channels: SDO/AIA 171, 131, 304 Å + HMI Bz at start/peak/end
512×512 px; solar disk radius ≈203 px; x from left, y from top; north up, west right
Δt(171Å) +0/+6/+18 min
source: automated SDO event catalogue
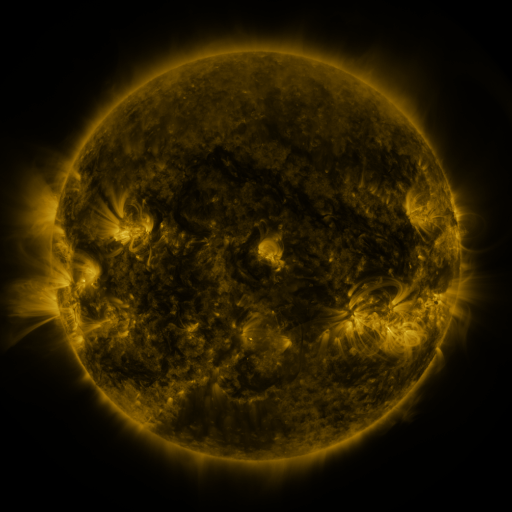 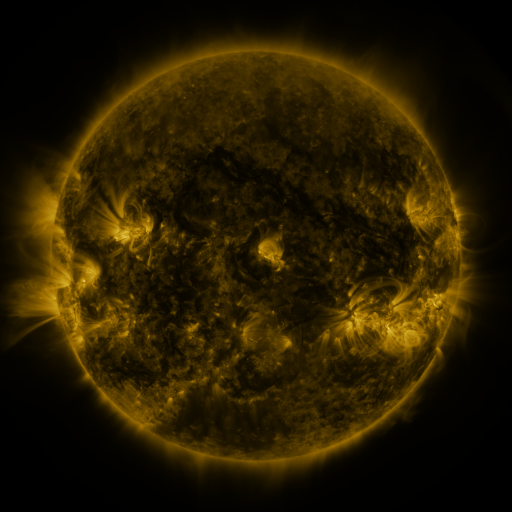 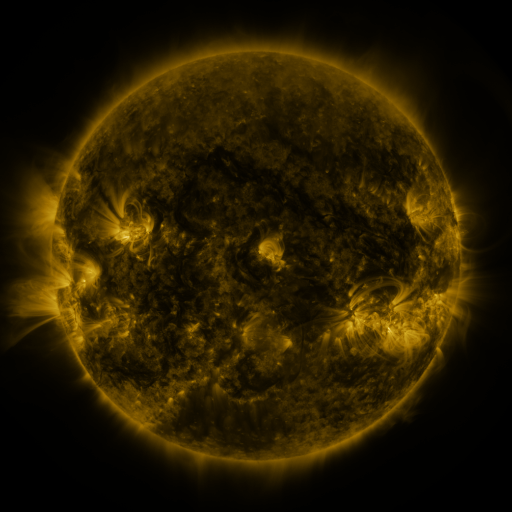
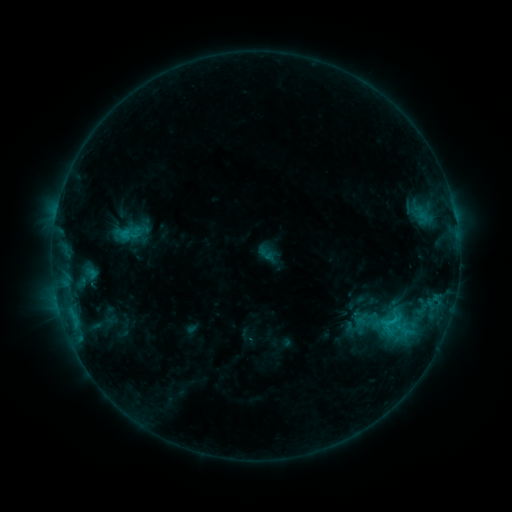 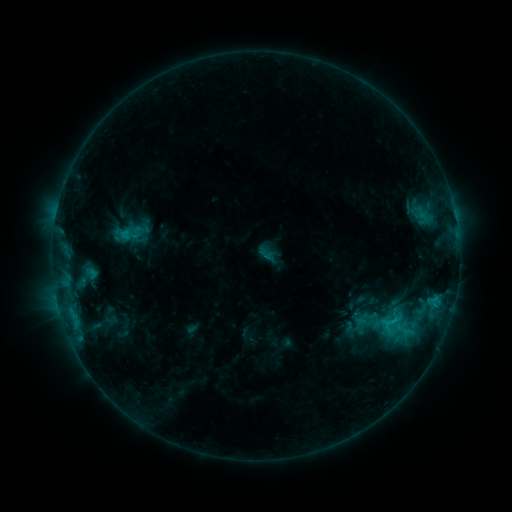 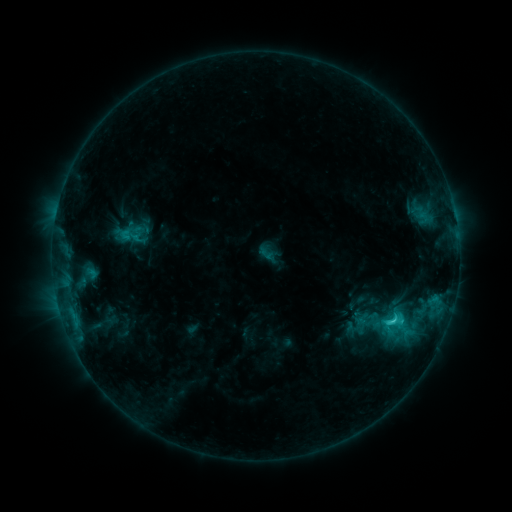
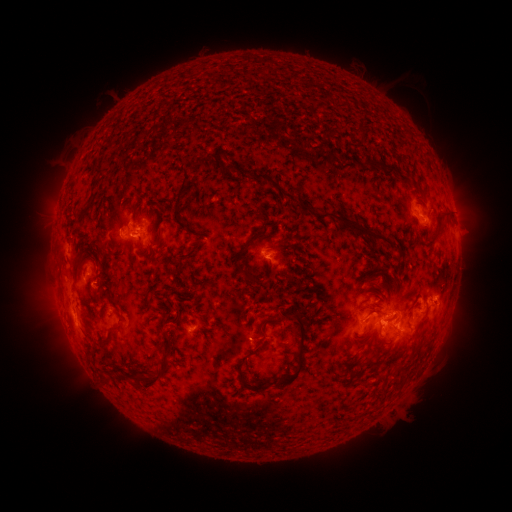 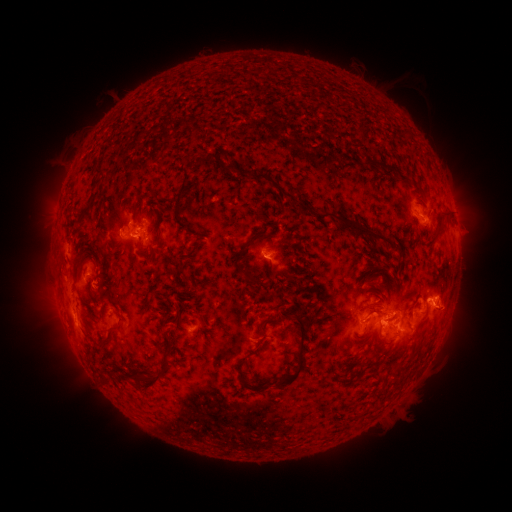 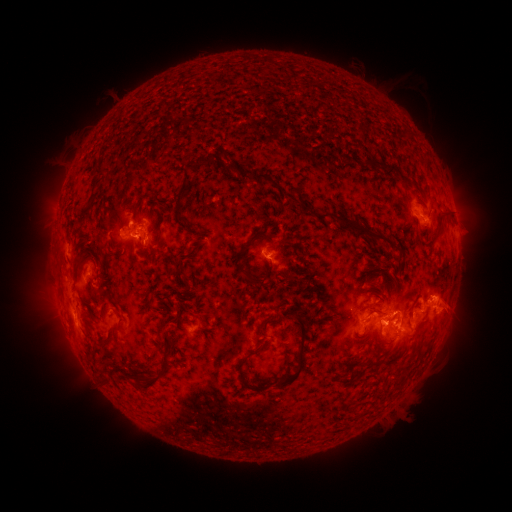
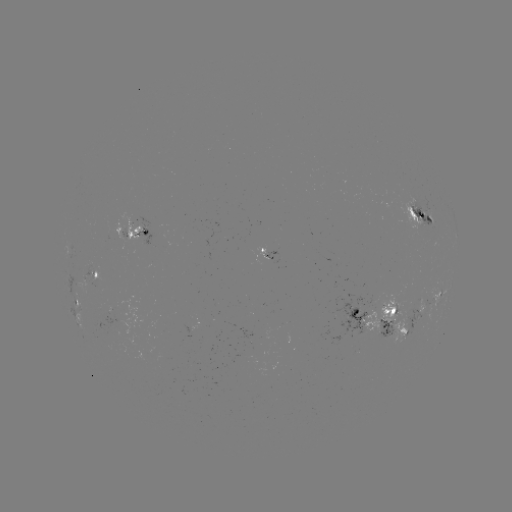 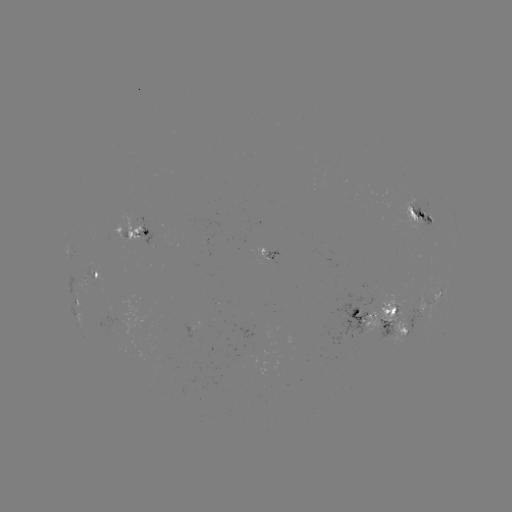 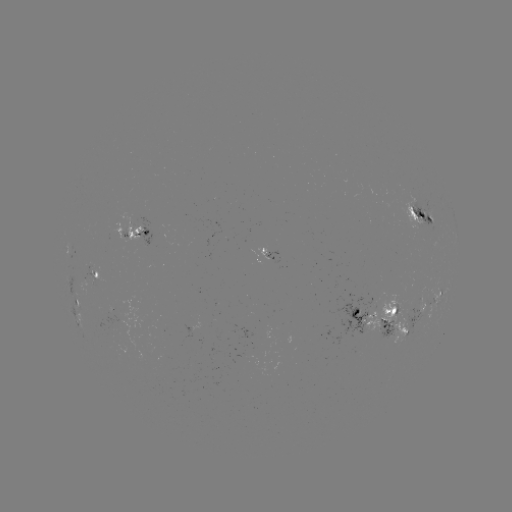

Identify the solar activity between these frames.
eruption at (452, 311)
